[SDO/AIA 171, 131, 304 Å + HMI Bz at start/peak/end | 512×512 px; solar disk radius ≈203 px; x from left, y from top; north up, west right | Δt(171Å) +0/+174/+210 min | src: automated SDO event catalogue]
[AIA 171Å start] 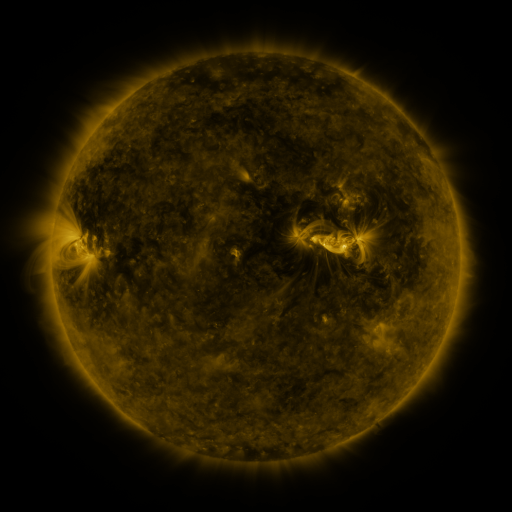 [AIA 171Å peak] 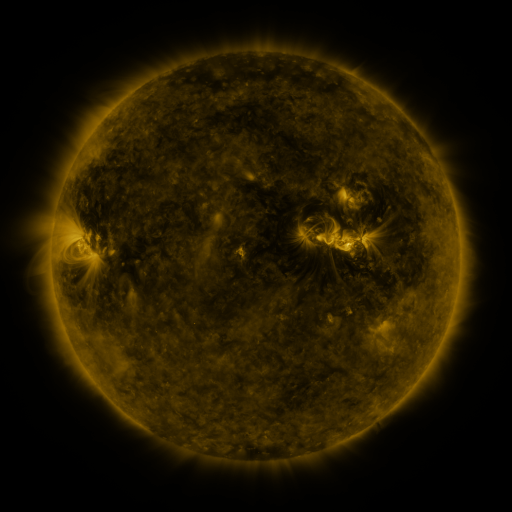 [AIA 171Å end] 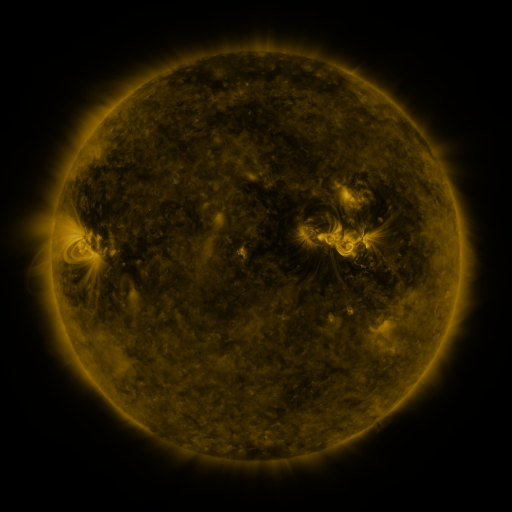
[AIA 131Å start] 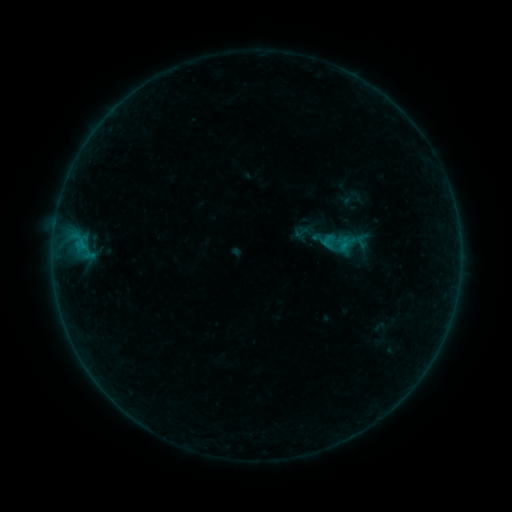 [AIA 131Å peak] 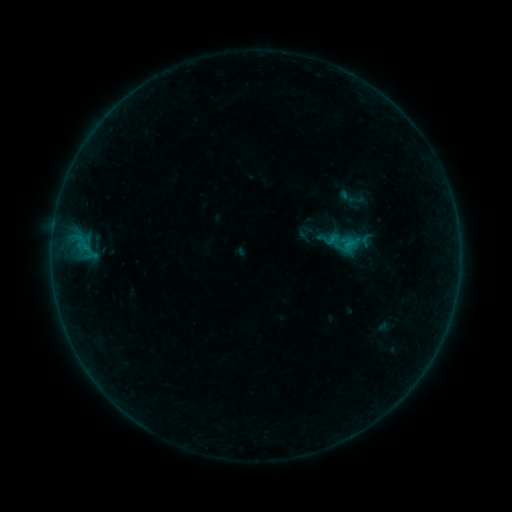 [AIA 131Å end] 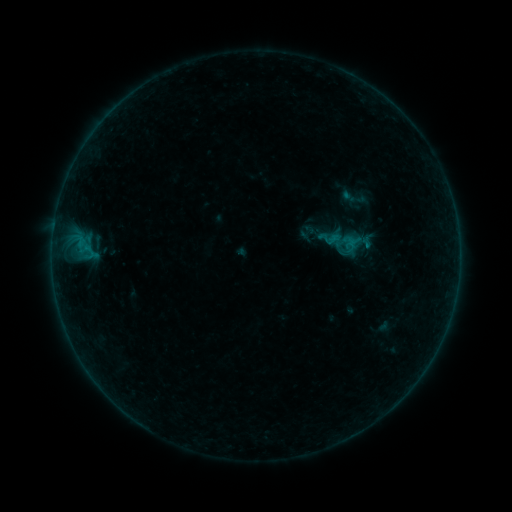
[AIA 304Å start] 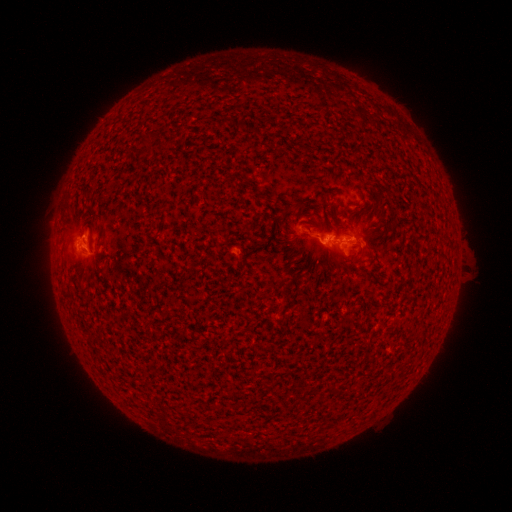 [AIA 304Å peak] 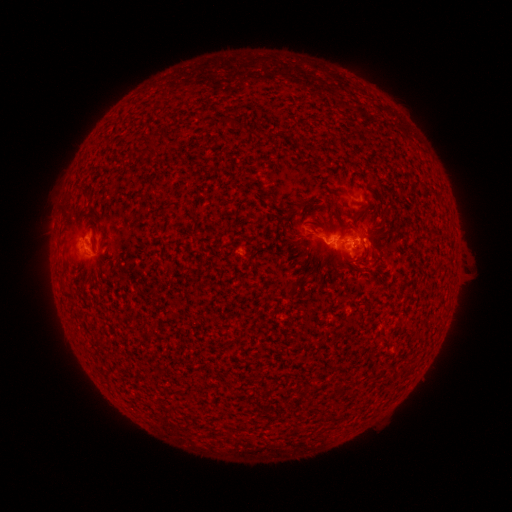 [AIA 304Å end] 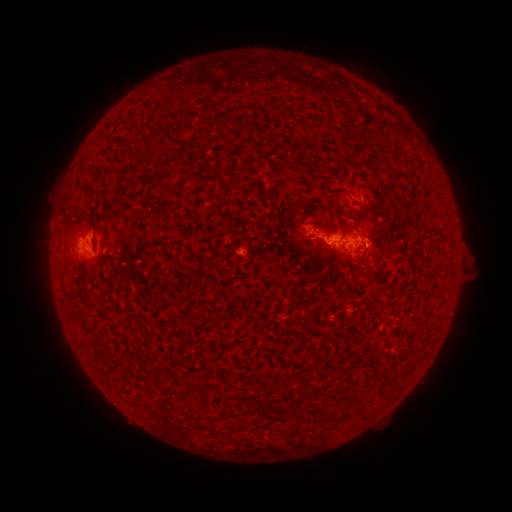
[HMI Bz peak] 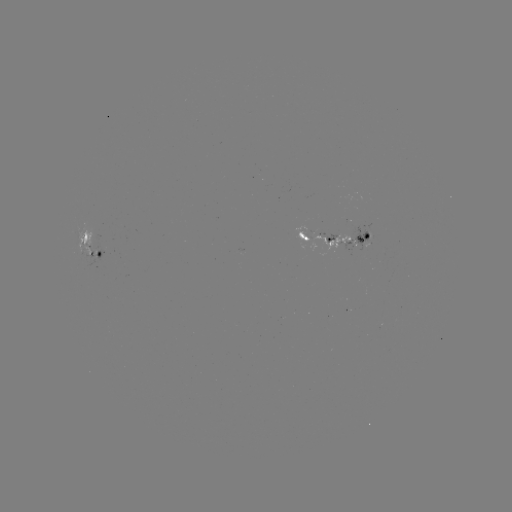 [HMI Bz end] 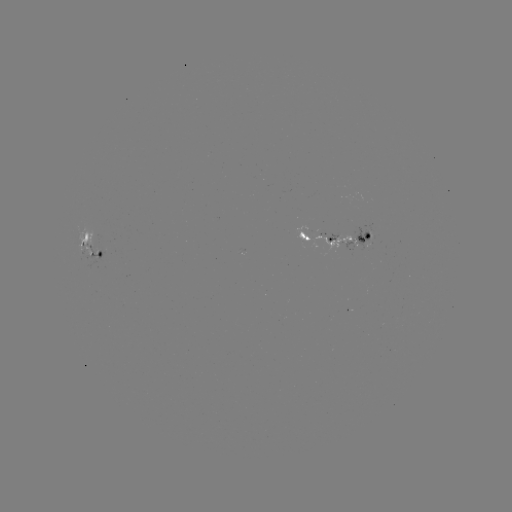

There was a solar emerging-flux region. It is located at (336, 235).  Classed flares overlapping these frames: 3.